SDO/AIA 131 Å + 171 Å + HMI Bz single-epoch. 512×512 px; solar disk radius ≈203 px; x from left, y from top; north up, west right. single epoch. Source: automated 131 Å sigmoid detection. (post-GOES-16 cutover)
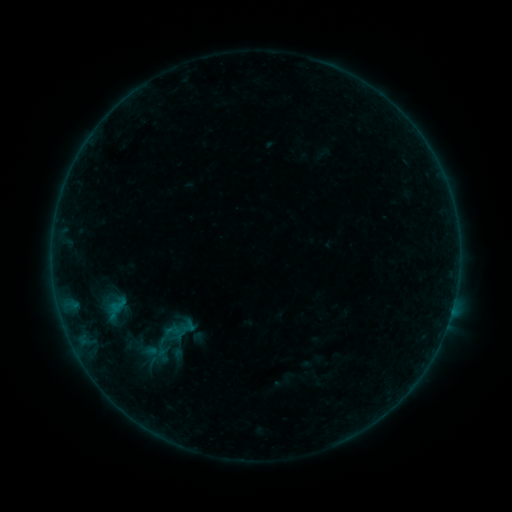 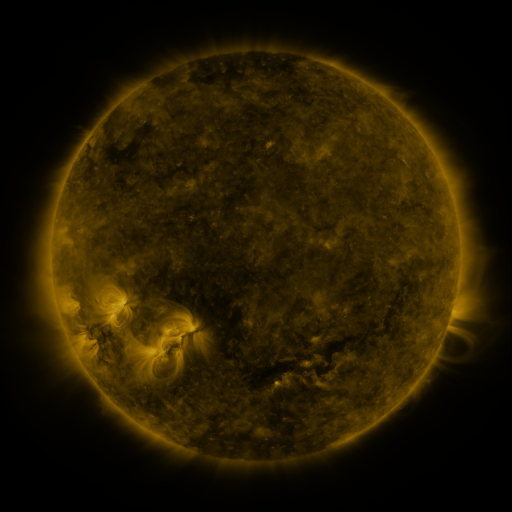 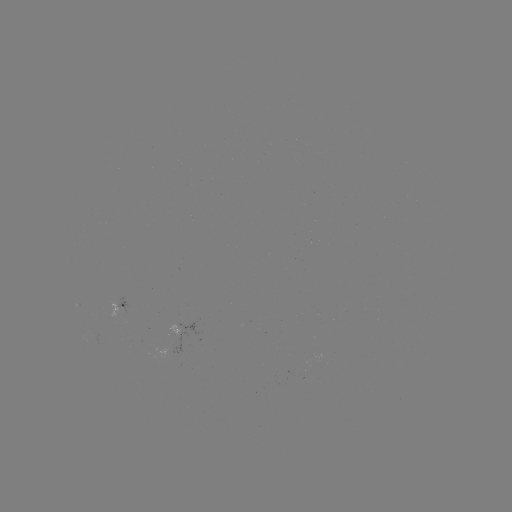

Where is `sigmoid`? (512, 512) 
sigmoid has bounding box [146, 338, 176, 357].